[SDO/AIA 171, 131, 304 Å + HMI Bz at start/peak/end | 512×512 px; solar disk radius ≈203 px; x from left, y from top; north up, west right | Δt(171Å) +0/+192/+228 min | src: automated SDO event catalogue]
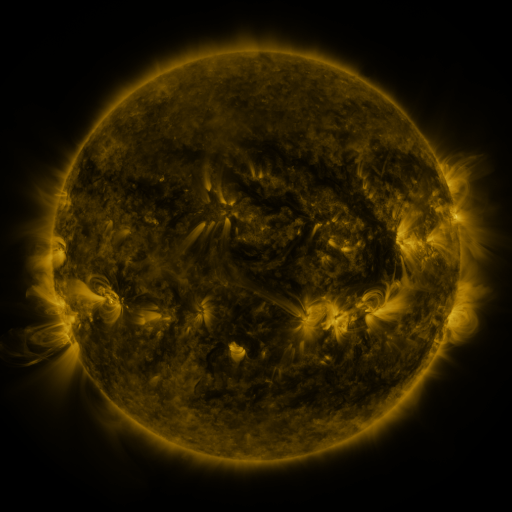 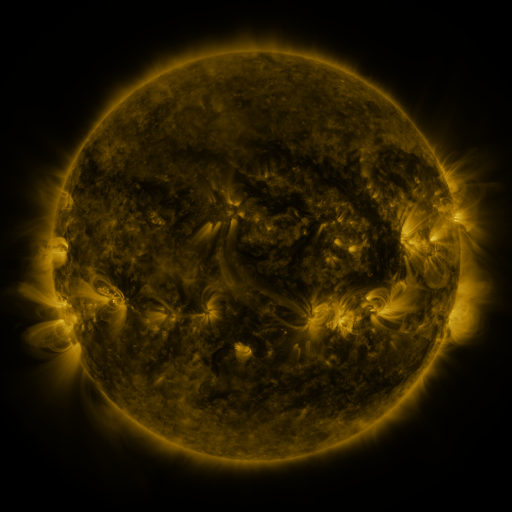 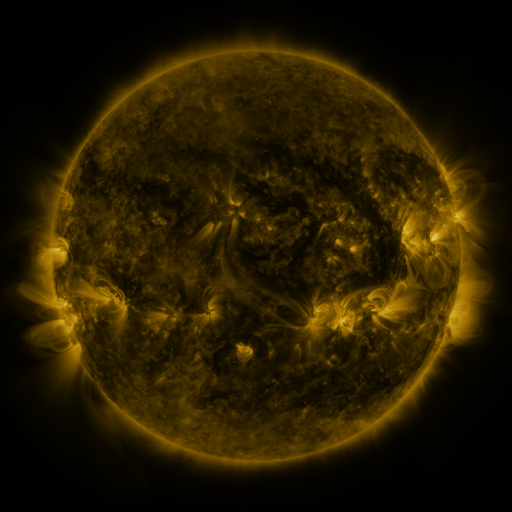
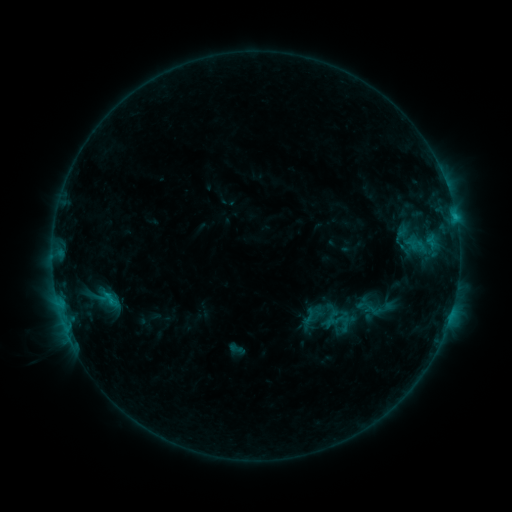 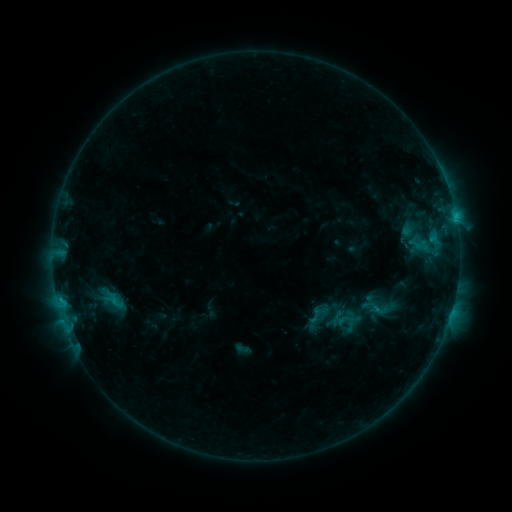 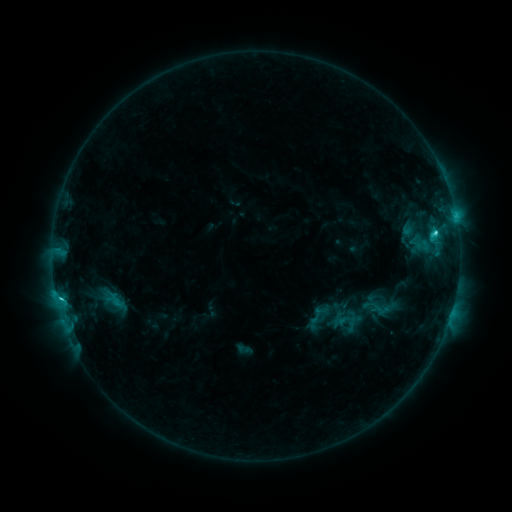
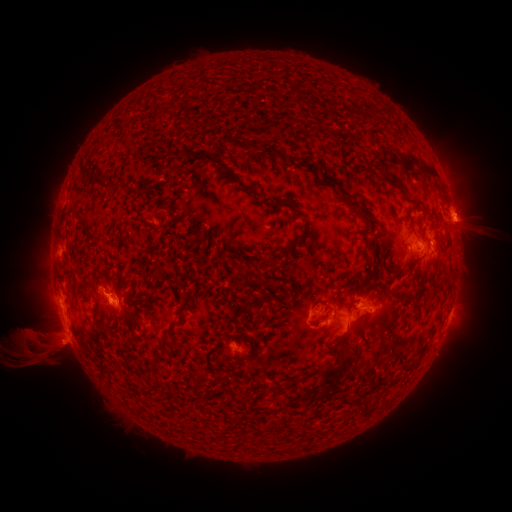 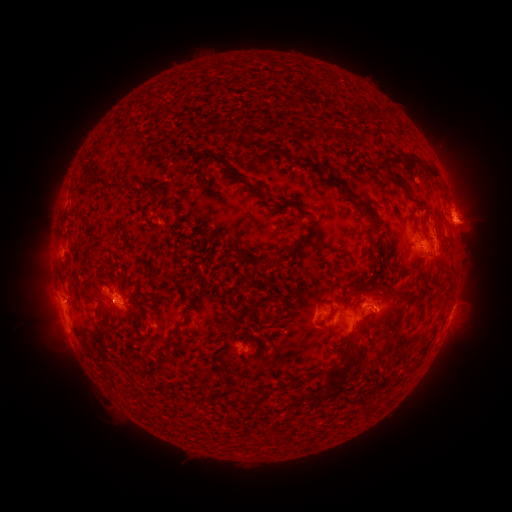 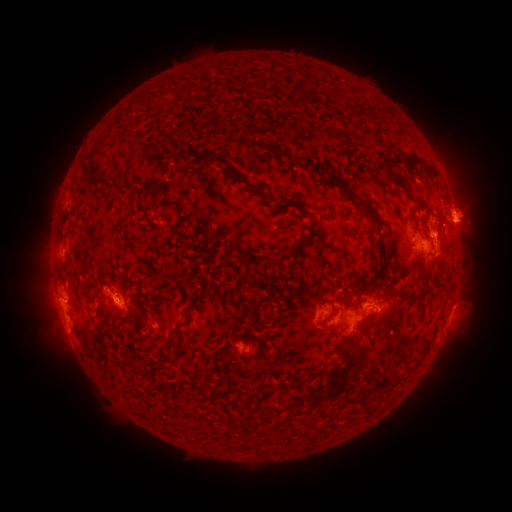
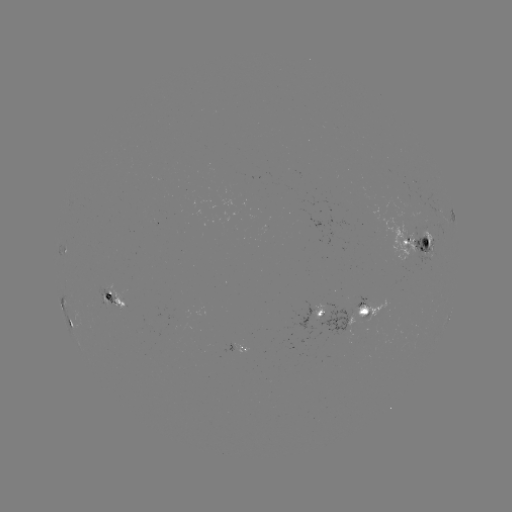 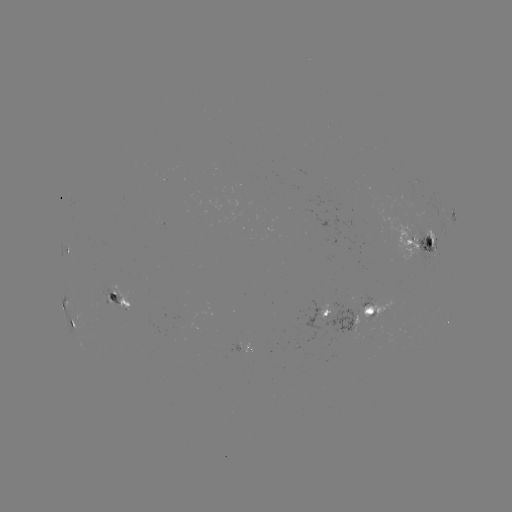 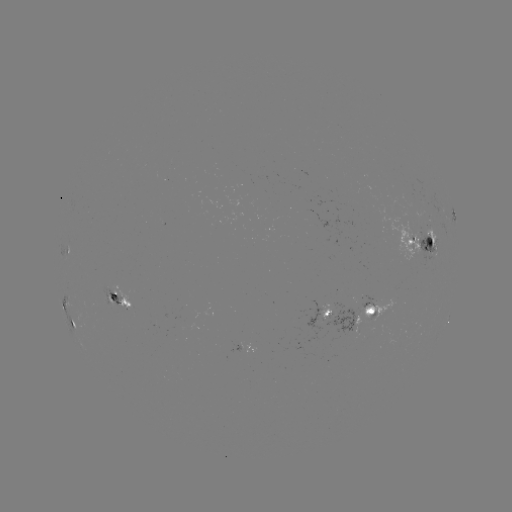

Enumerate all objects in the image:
emerging-flux region: (363, 299)
